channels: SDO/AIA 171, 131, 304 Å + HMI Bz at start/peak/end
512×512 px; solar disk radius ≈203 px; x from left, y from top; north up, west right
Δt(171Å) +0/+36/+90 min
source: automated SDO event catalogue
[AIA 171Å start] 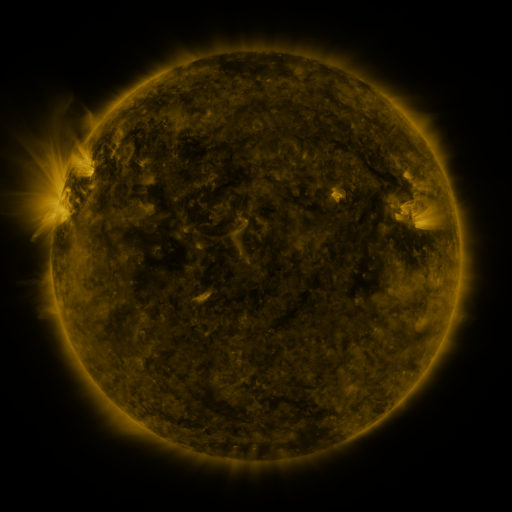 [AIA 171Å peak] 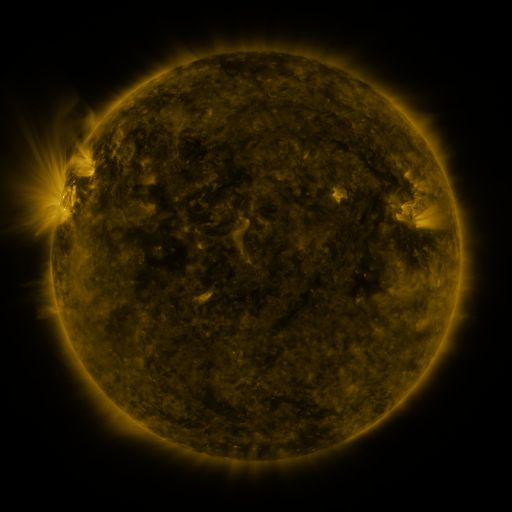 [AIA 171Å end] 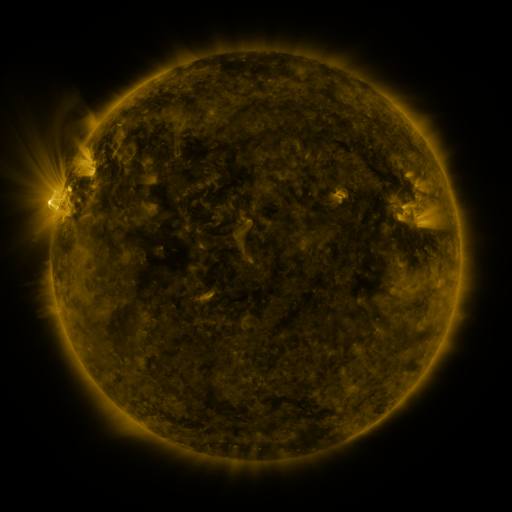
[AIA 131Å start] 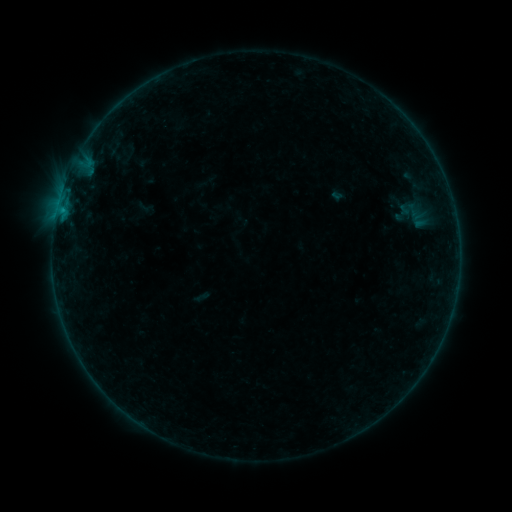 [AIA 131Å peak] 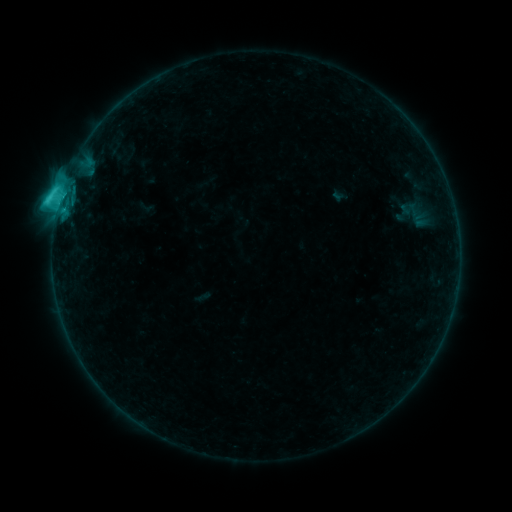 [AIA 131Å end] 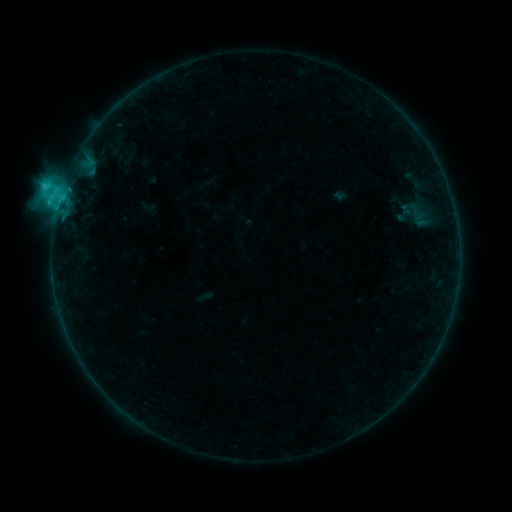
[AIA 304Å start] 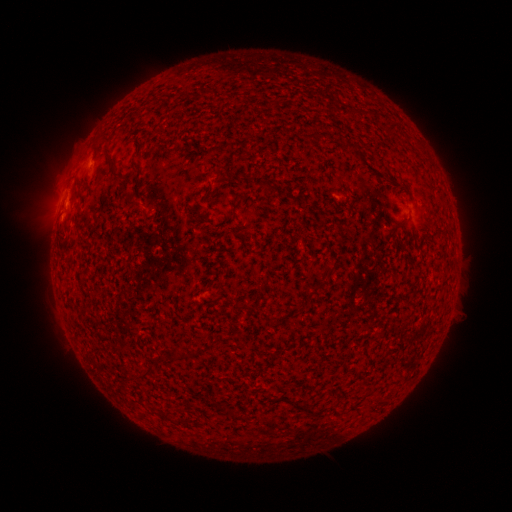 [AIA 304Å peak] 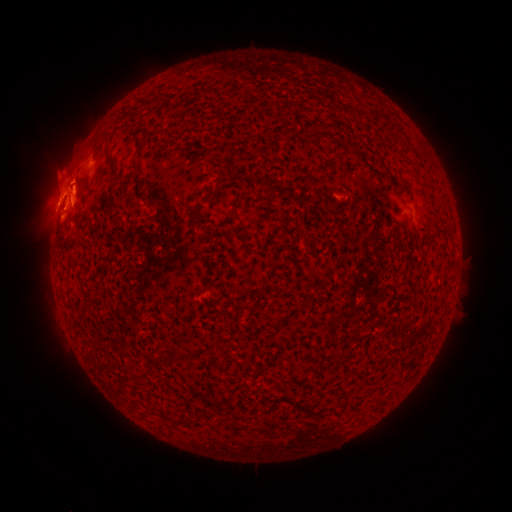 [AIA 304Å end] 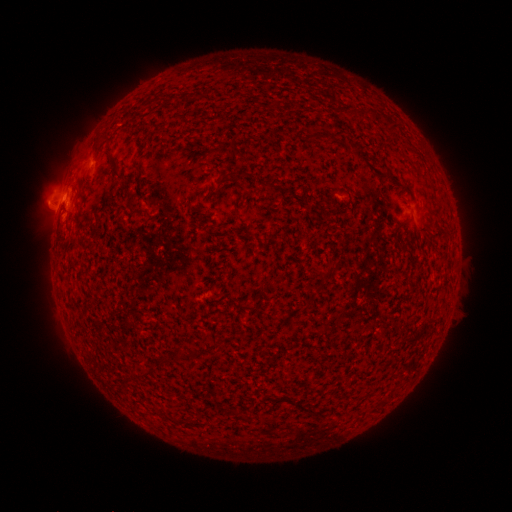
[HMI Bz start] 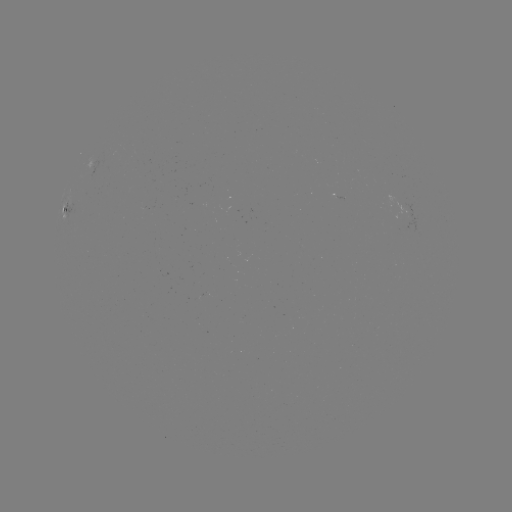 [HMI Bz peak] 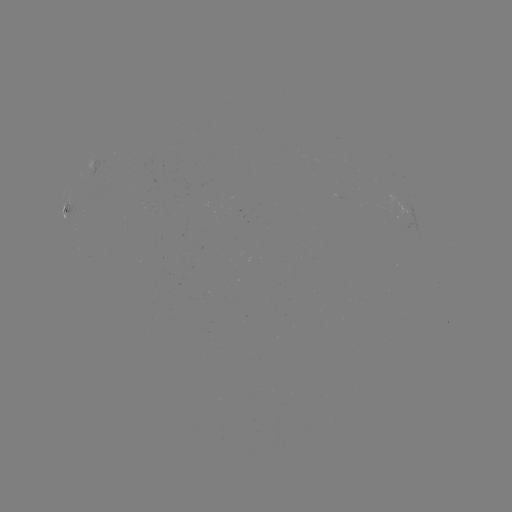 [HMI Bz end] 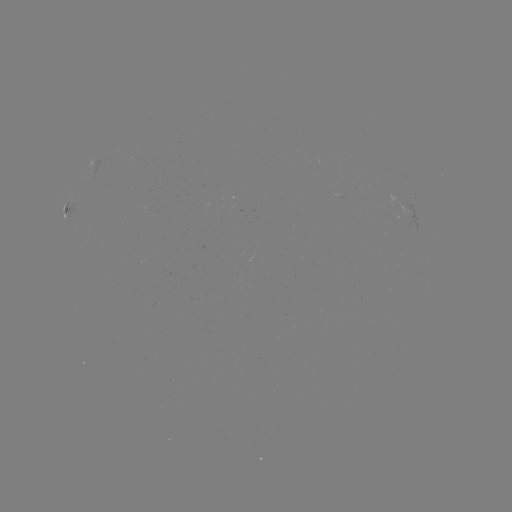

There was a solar flare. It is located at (60, 199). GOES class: C5.5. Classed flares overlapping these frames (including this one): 1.